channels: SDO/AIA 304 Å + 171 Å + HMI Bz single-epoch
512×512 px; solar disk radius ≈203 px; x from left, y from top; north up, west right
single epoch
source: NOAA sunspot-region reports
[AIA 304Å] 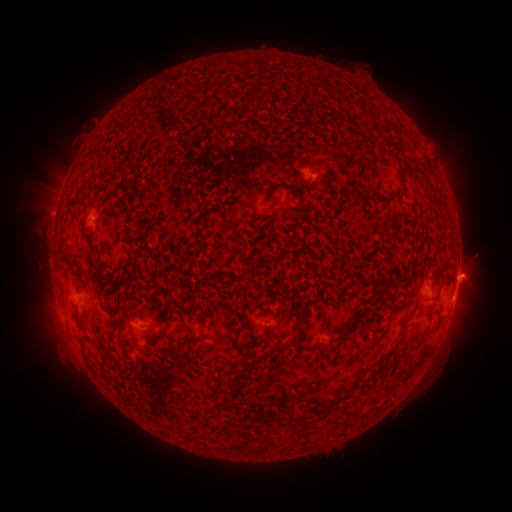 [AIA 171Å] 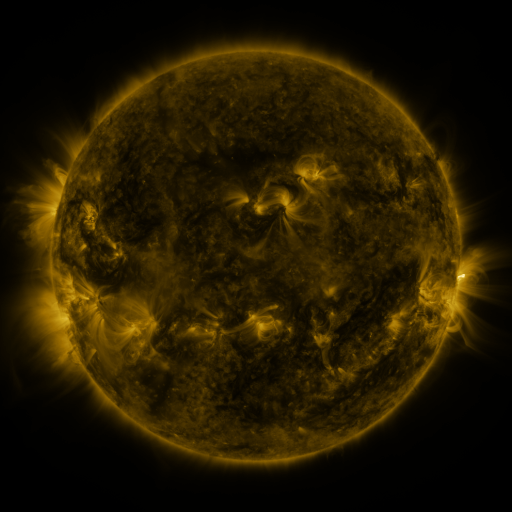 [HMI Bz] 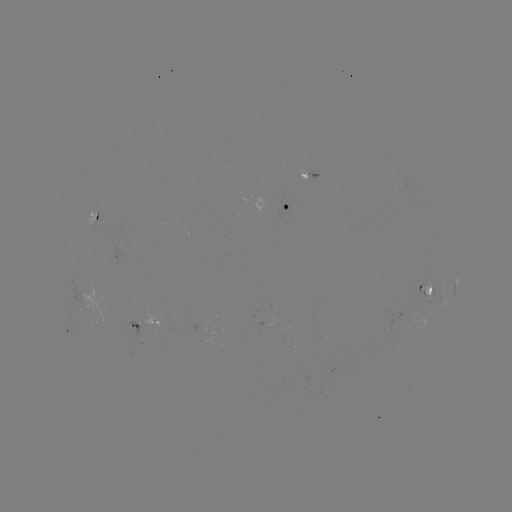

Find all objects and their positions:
spotted active region: (311, 177)
spotted active region: (286, 208)
spotted active region: (96, 214)
spotted active region: (456, 286)
spotted active region: (427, 287)
spotted active region: (151, 324)
